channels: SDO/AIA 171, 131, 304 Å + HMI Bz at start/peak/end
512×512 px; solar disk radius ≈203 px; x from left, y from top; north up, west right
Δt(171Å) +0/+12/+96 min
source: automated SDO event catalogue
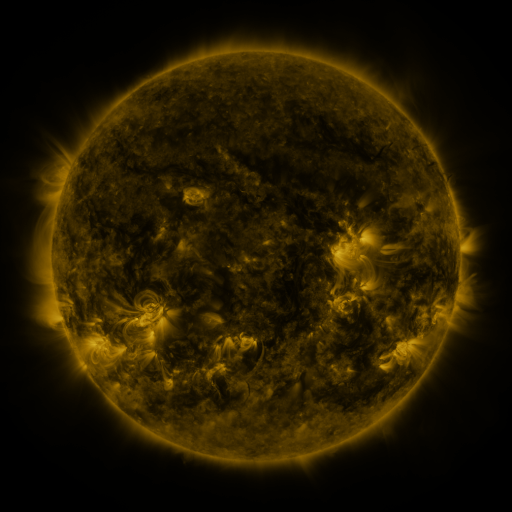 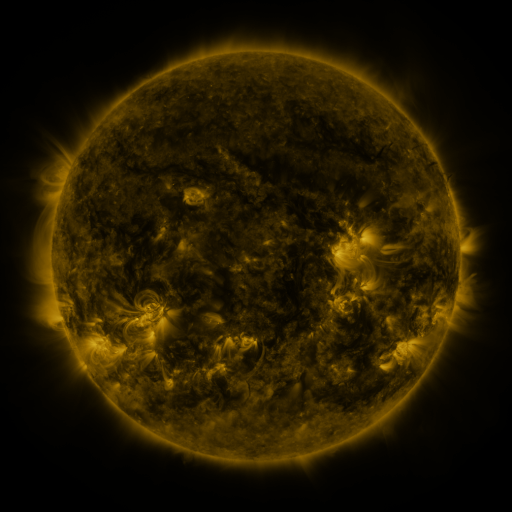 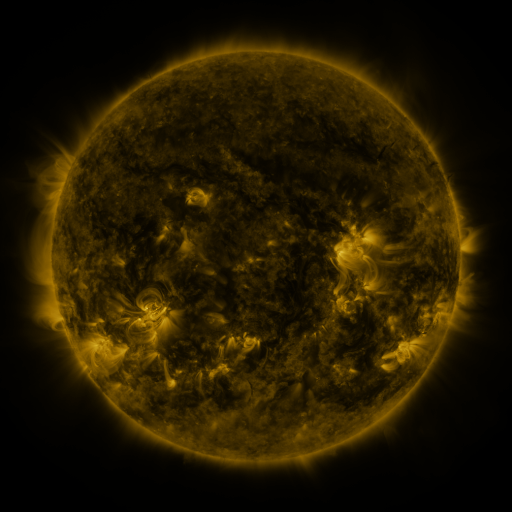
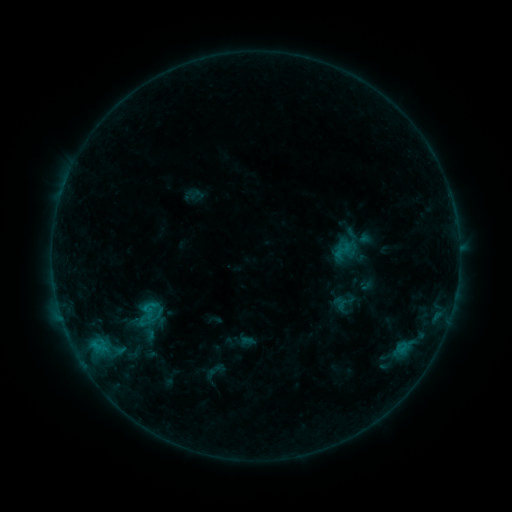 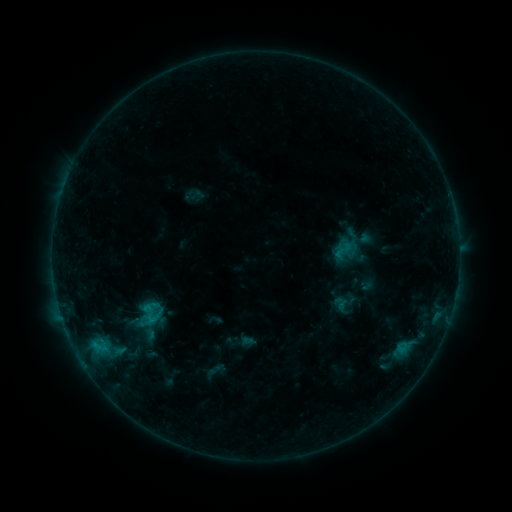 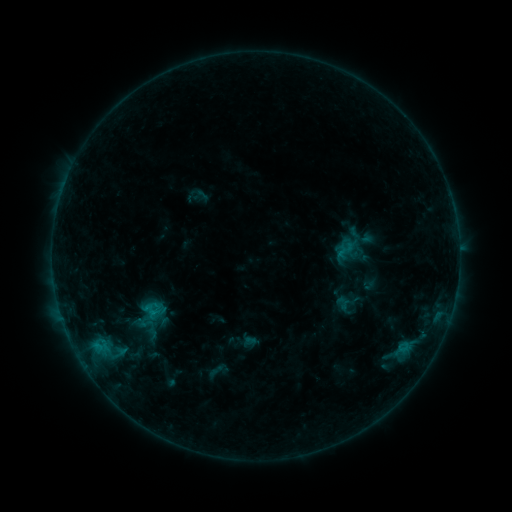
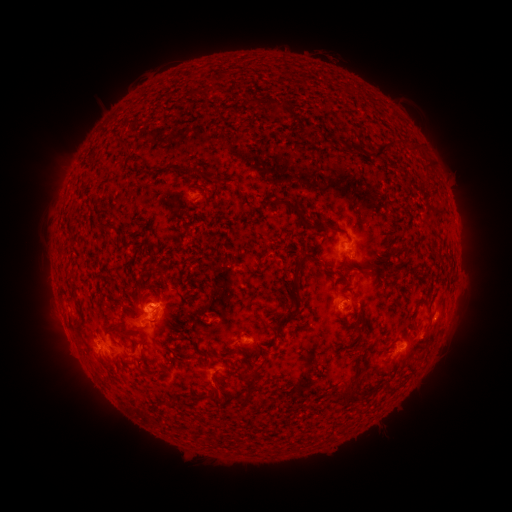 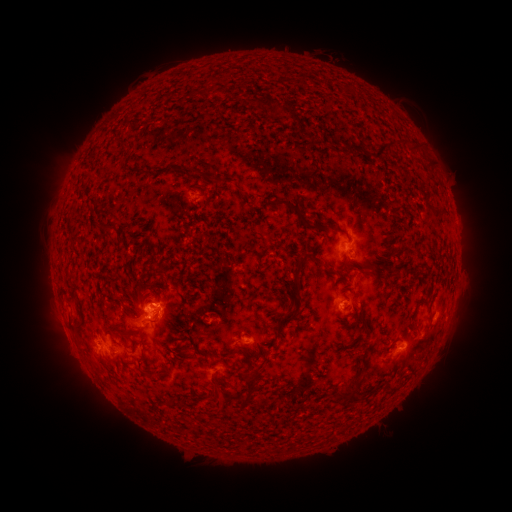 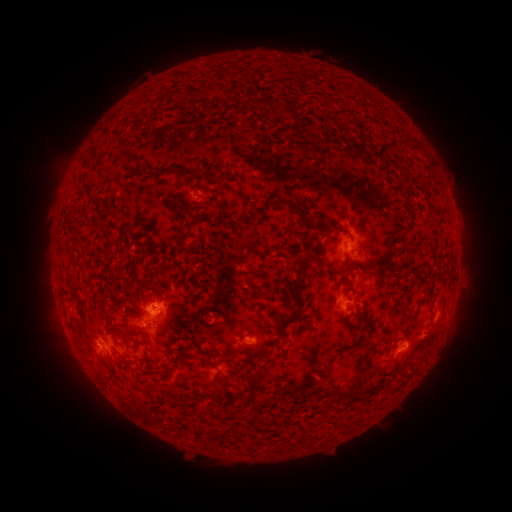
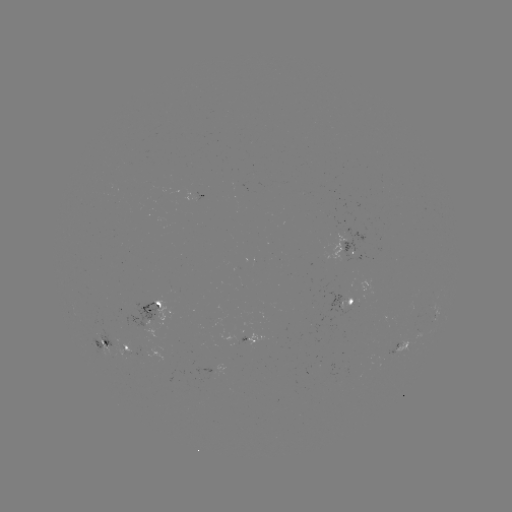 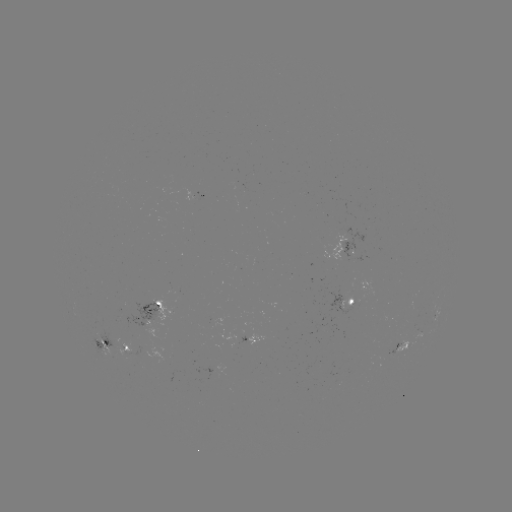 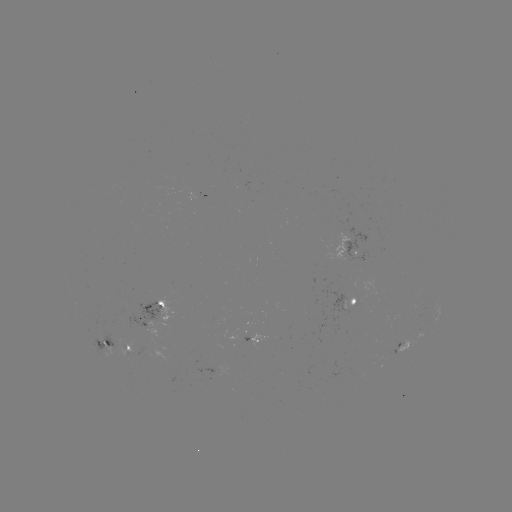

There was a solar flare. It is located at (153, 319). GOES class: B7.4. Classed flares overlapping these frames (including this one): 1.